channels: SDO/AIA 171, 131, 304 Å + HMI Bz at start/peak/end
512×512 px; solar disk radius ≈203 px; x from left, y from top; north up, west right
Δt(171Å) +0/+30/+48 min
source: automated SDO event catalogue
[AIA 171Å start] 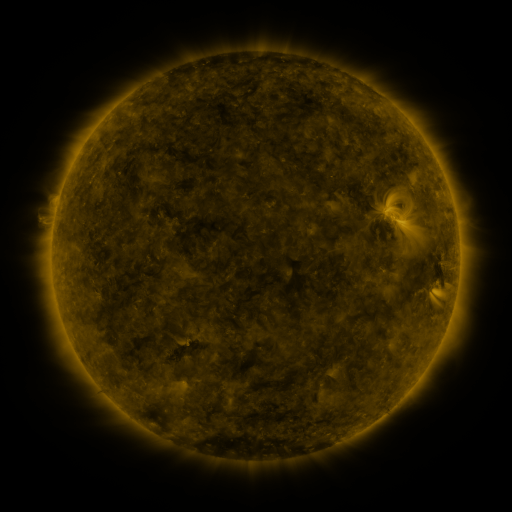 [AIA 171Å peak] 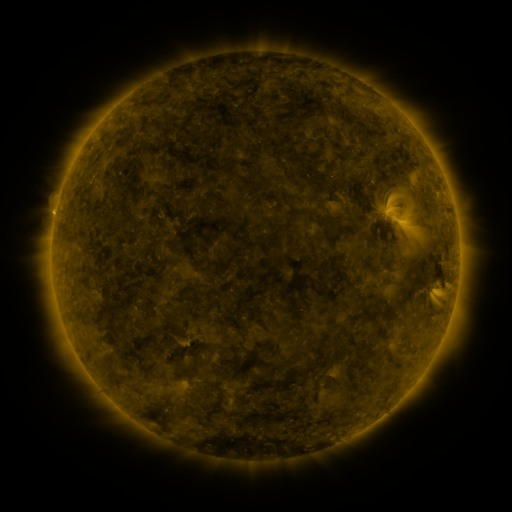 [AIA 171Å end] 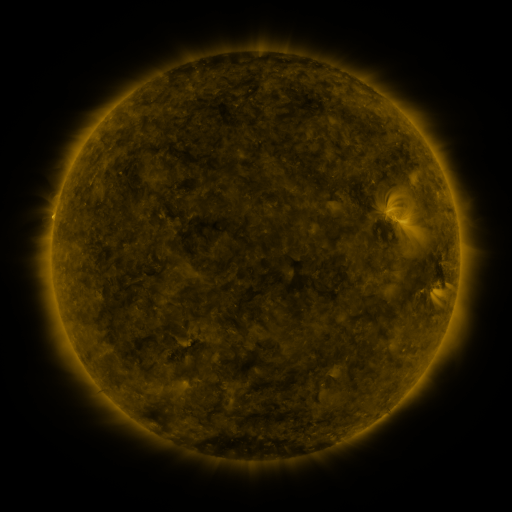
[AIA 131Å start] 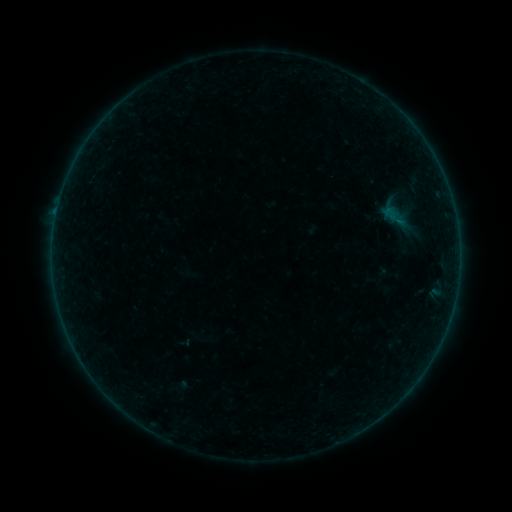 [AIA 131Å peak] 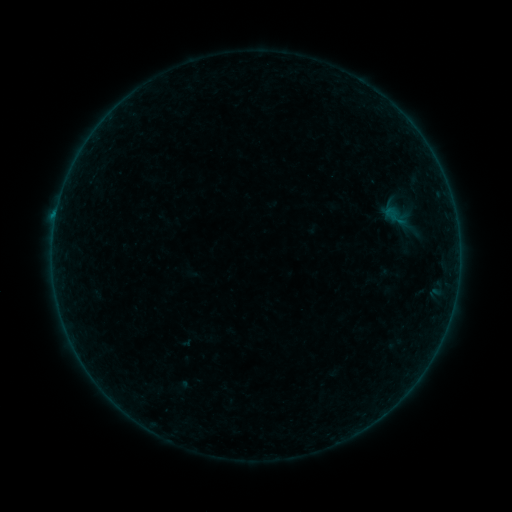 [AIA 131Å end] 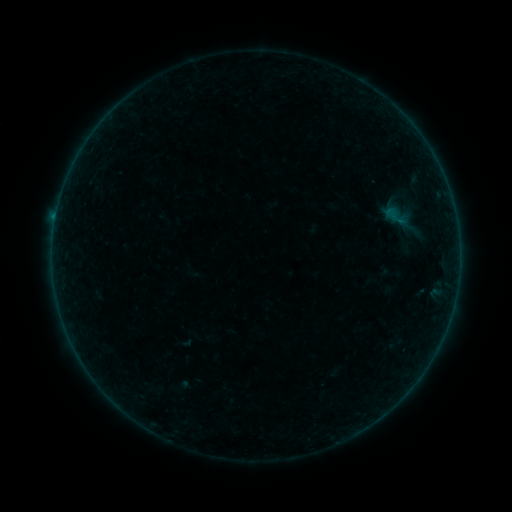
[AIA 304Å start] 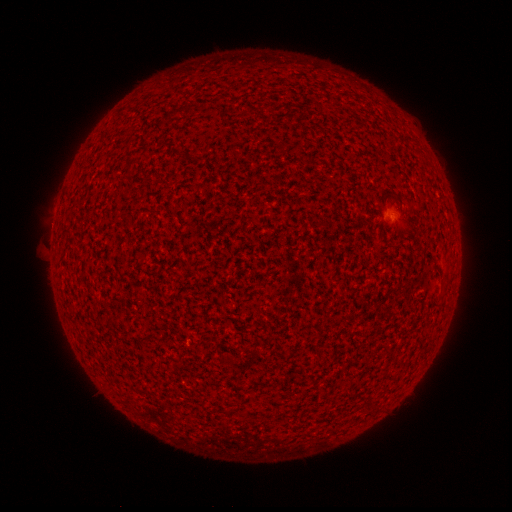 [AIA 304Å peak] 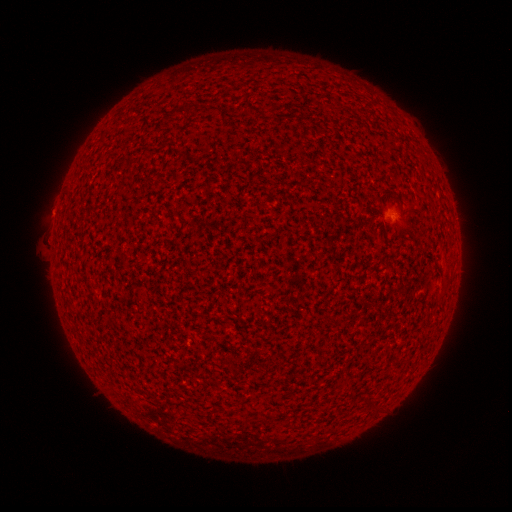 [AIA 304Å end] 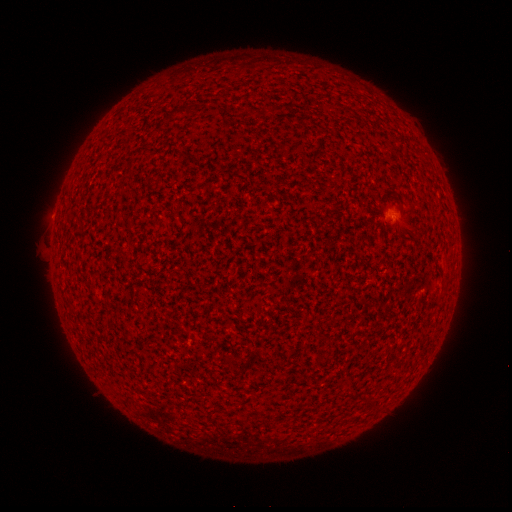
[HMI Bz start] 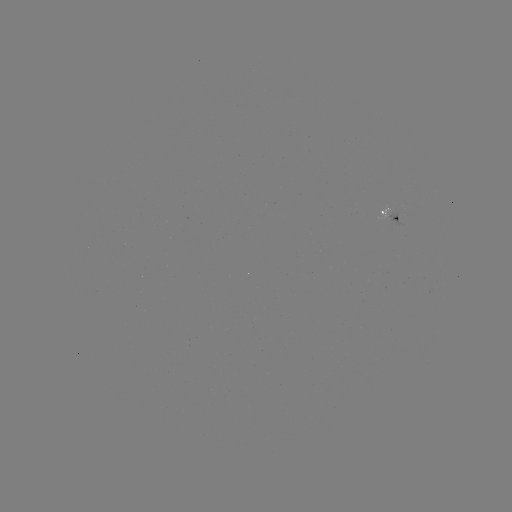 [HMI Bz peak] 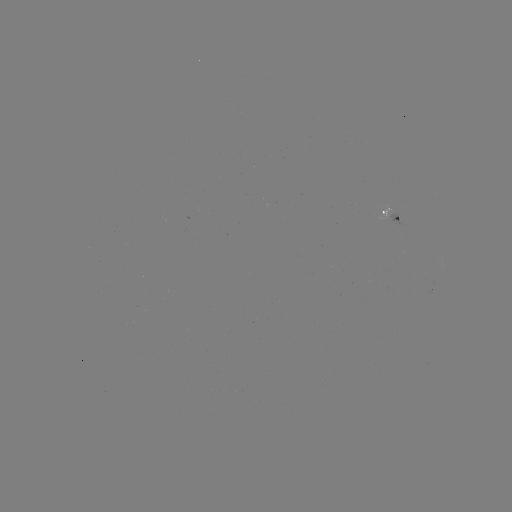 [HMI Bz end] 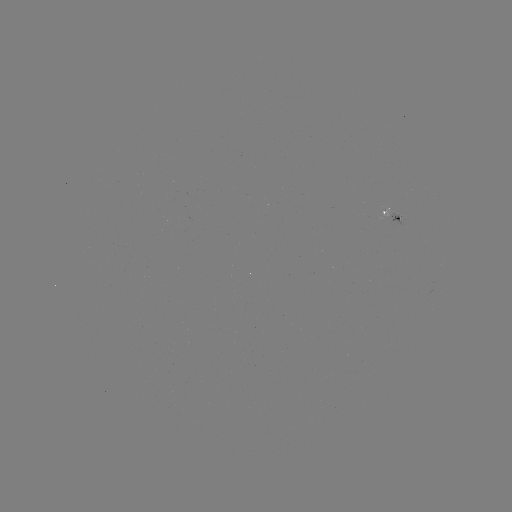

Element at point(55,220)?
B1.9 flare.